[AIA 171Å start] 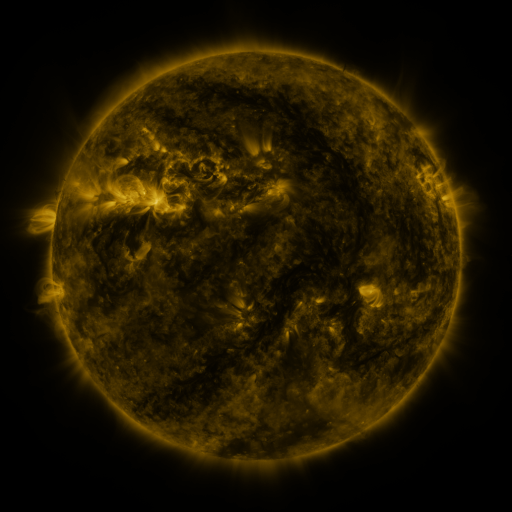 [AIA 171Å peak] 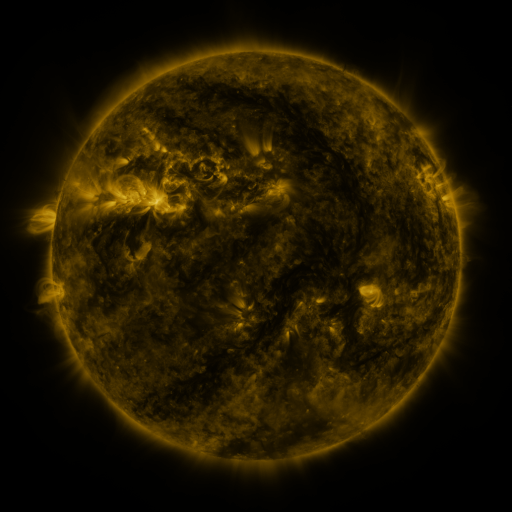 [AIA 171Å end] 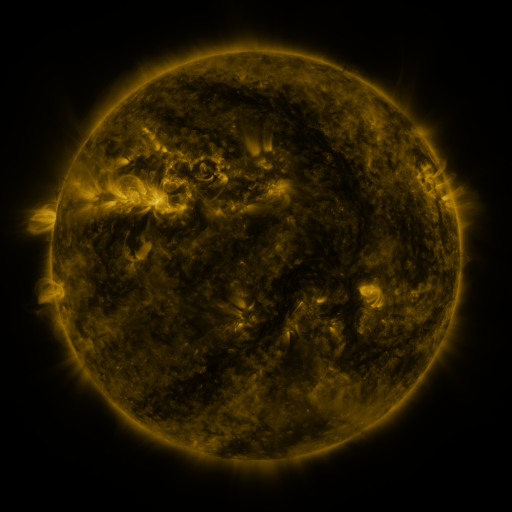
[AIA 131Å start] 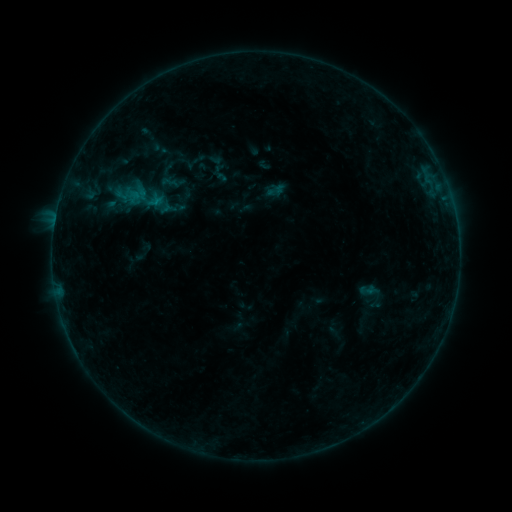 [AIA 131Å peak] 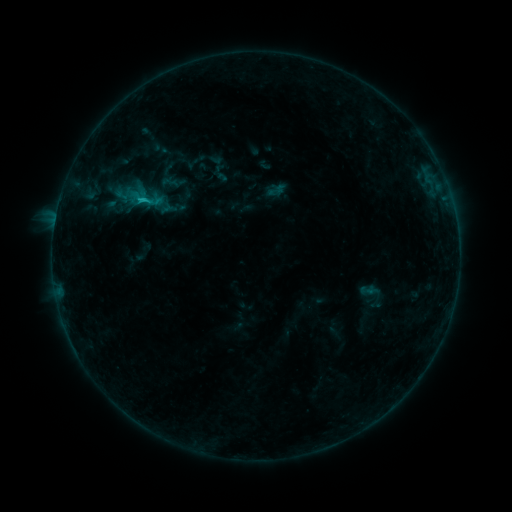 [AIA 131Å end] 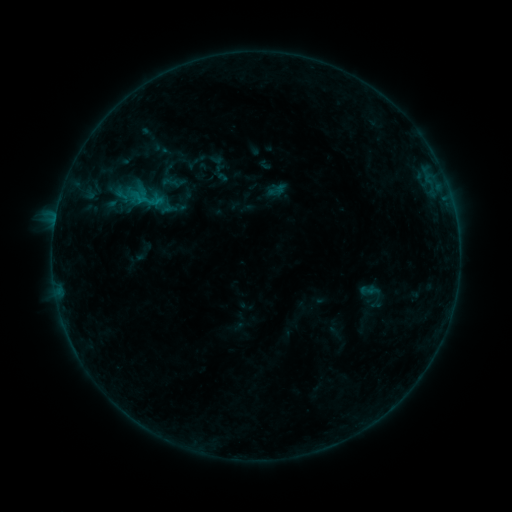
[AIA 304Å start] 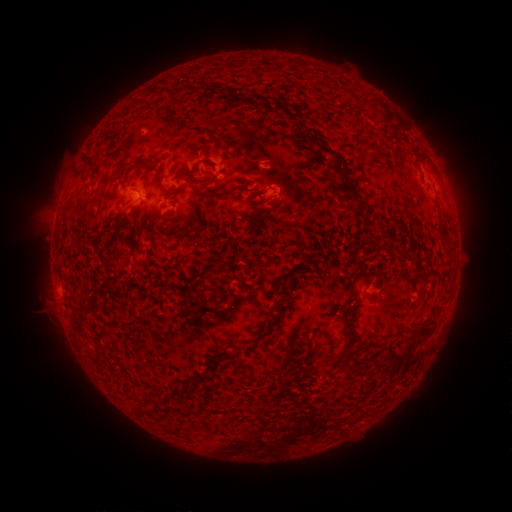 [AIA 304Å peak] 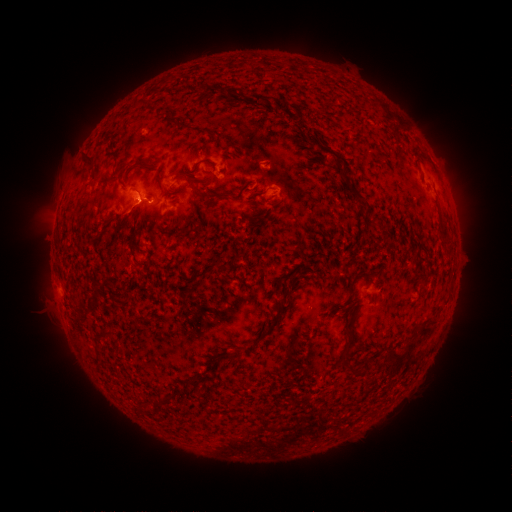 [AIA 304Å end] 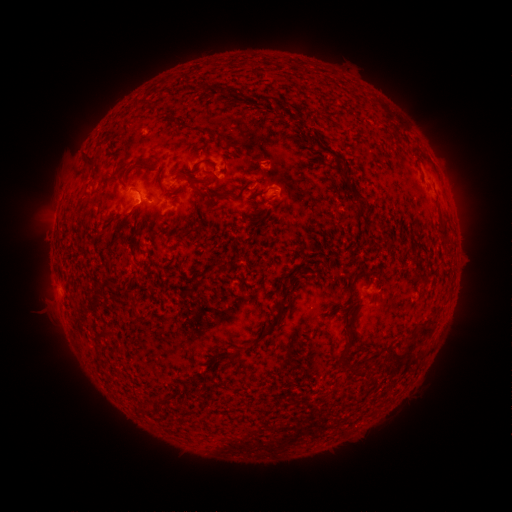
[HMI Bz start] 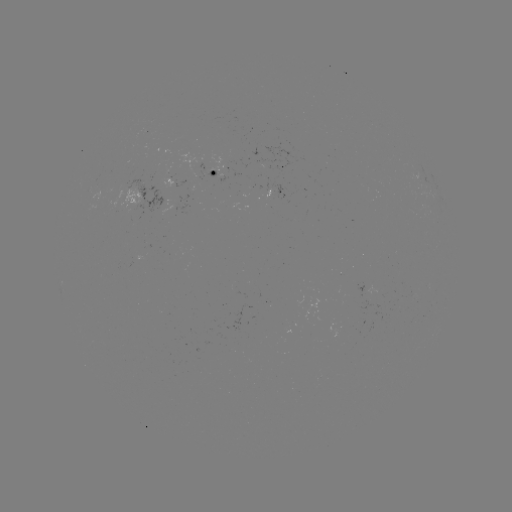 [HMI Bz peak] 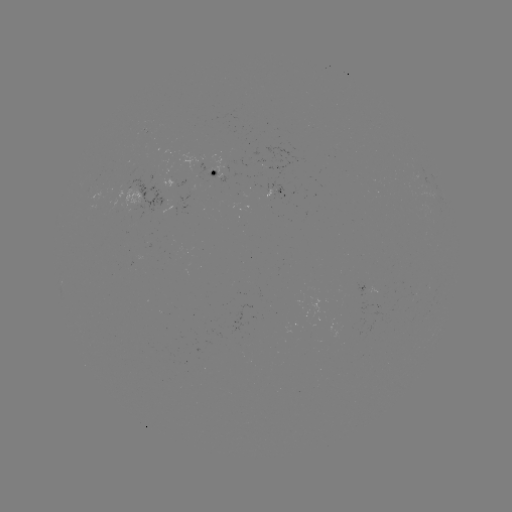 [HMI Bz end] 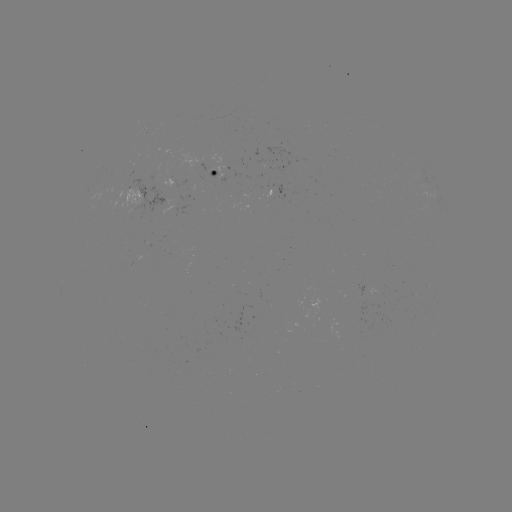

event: flare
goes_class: B6.7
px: (143, 203)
